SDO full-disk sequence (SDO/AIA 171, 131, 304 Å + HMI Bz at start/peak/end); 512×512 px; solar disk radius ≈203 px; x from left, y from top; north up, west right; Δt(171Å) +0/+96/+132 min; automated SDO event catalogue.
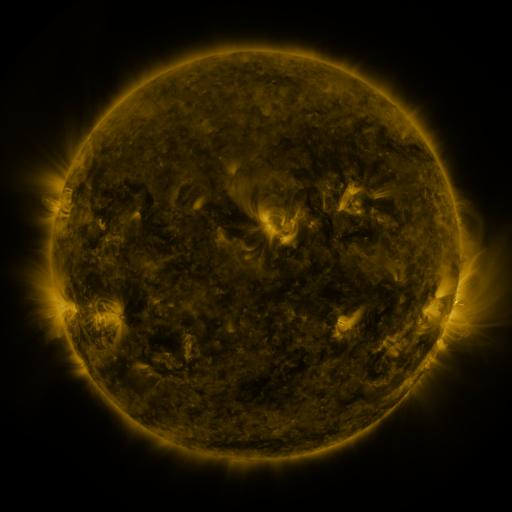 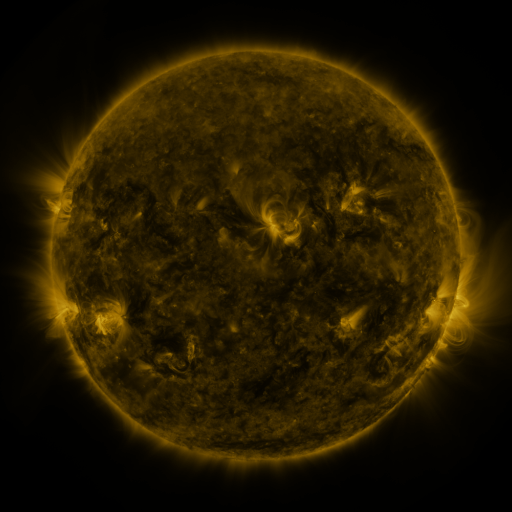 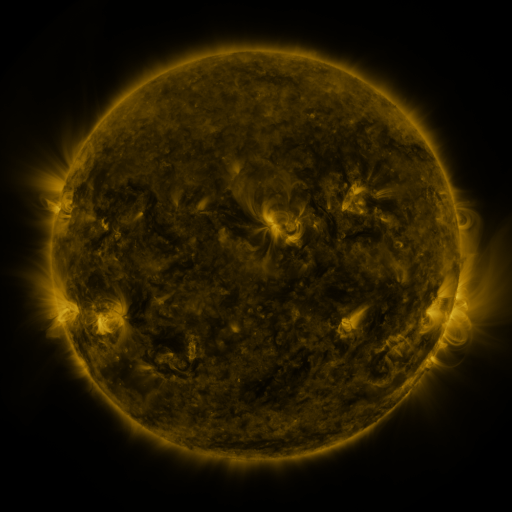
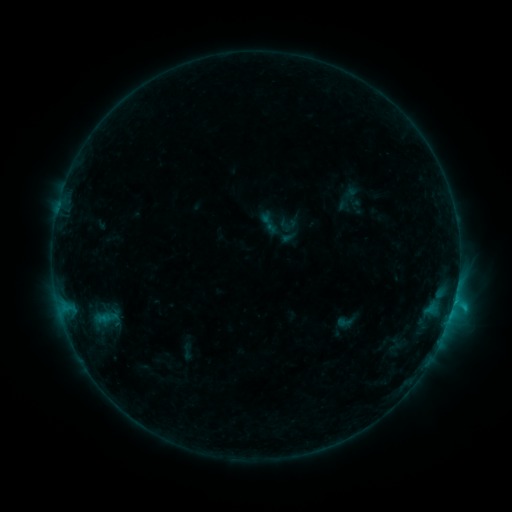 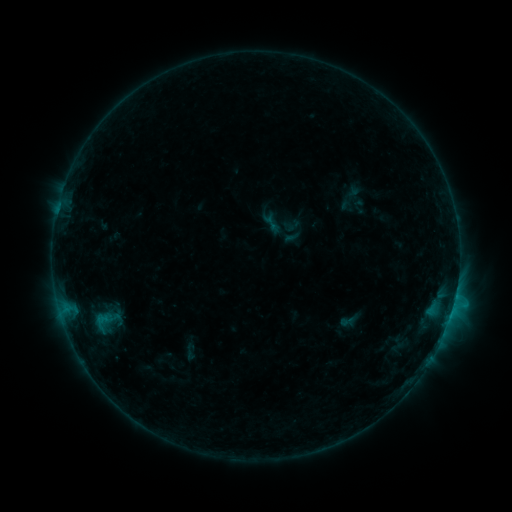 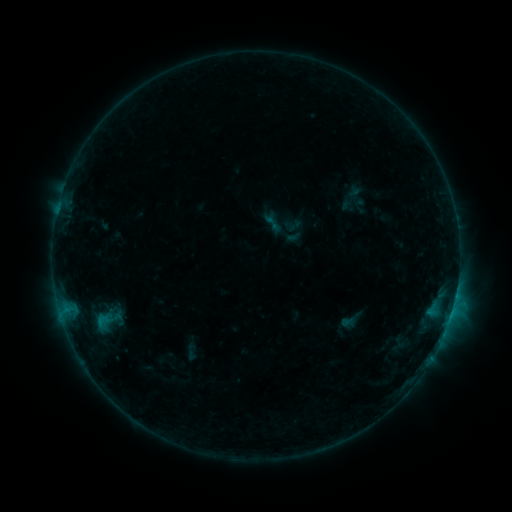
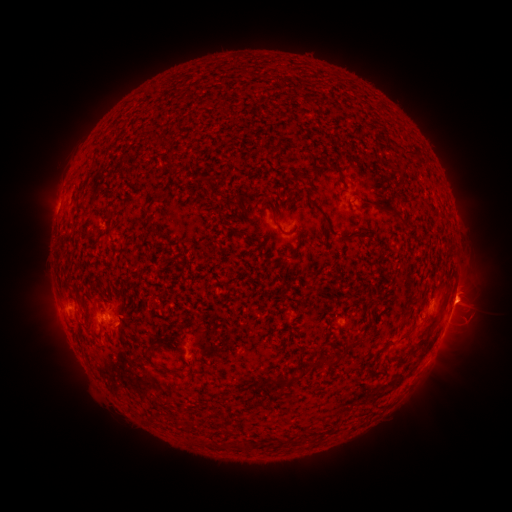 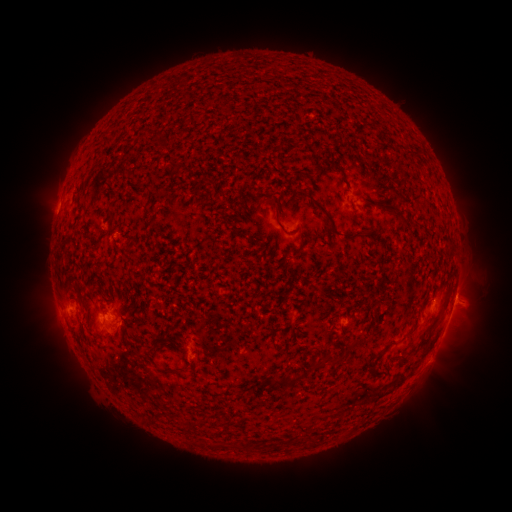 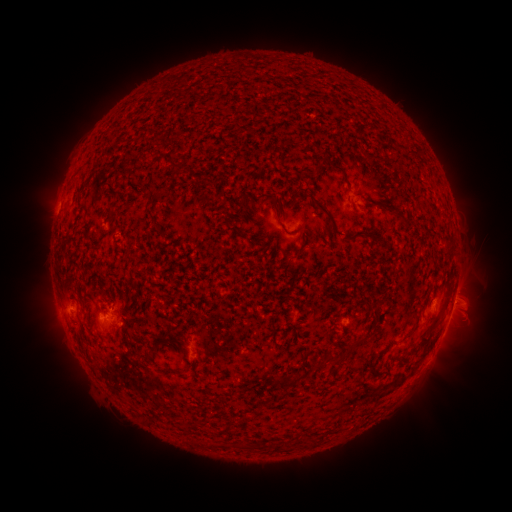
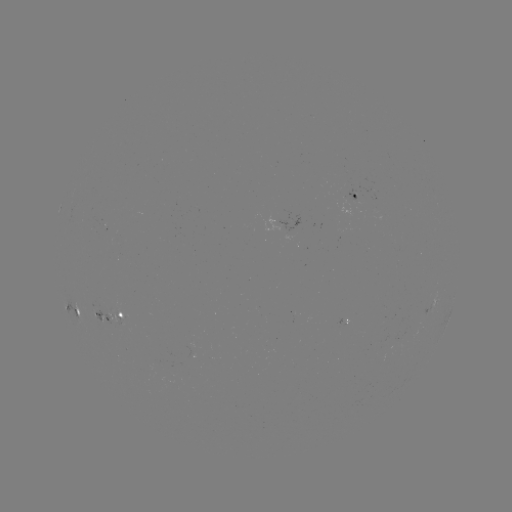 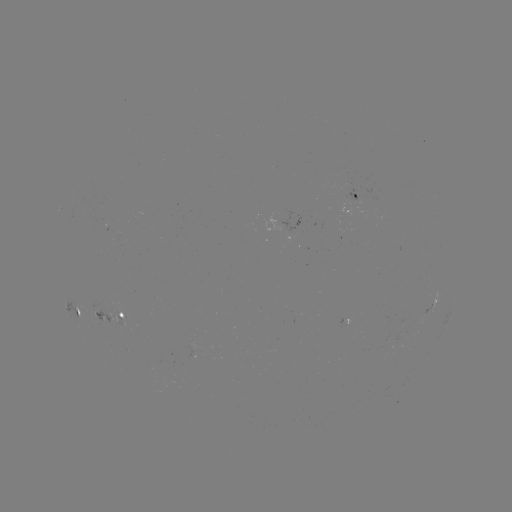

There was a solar emerging-flux region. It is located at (93, 312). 